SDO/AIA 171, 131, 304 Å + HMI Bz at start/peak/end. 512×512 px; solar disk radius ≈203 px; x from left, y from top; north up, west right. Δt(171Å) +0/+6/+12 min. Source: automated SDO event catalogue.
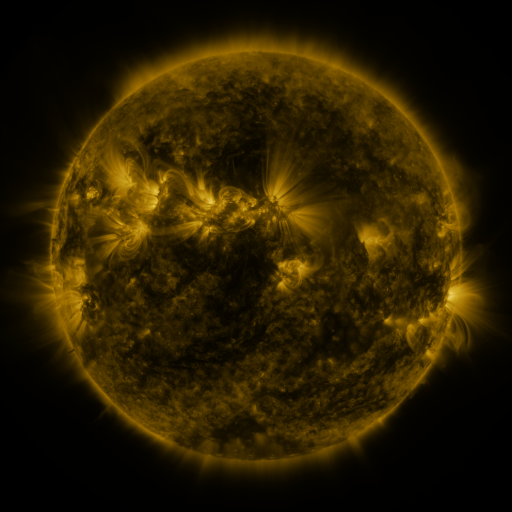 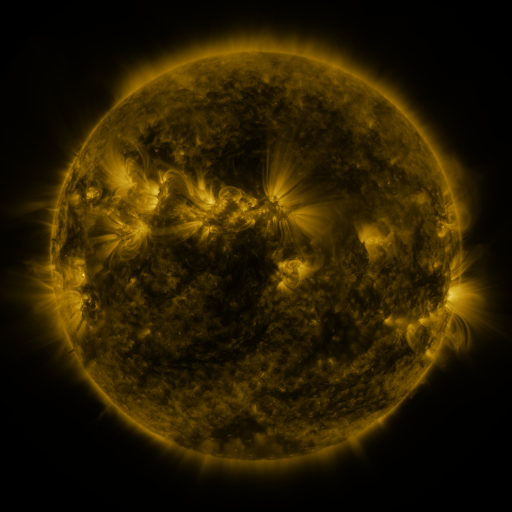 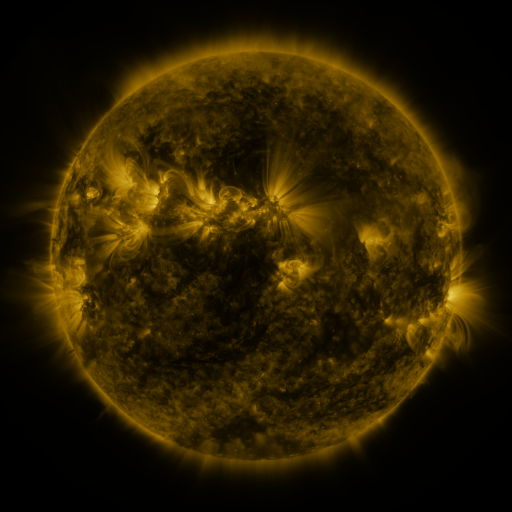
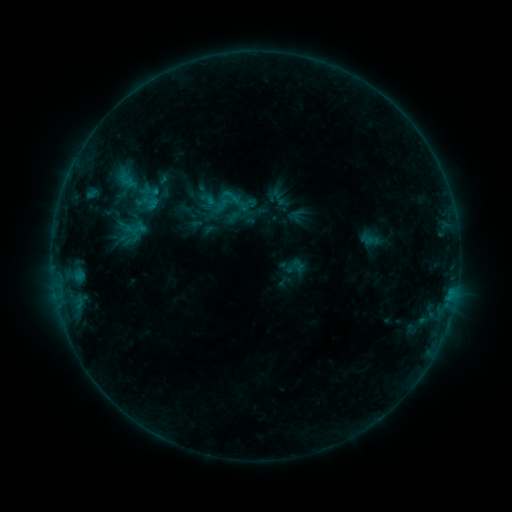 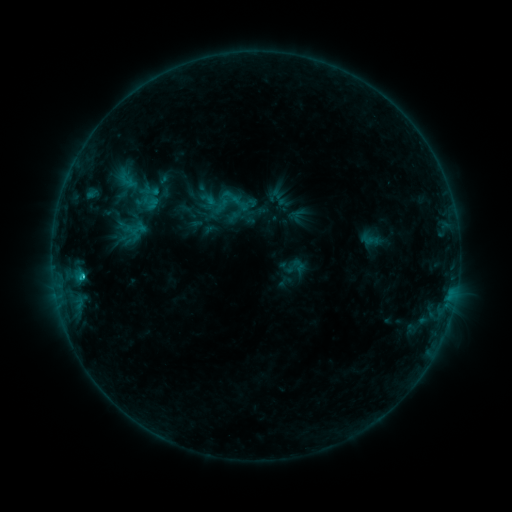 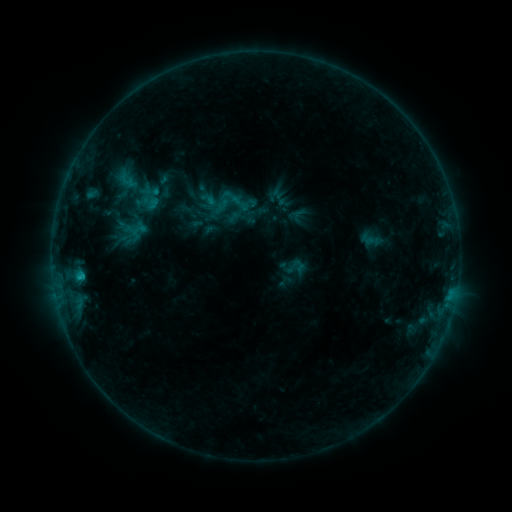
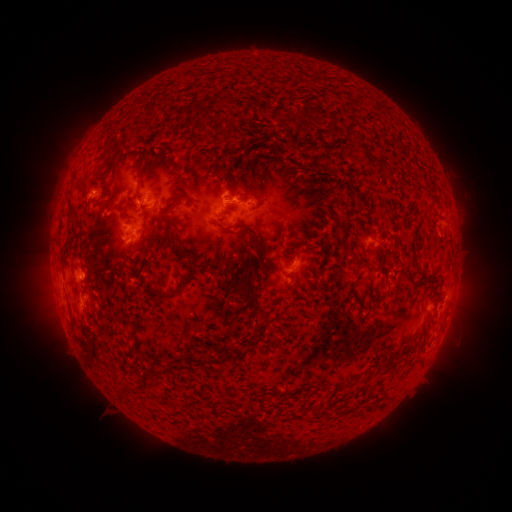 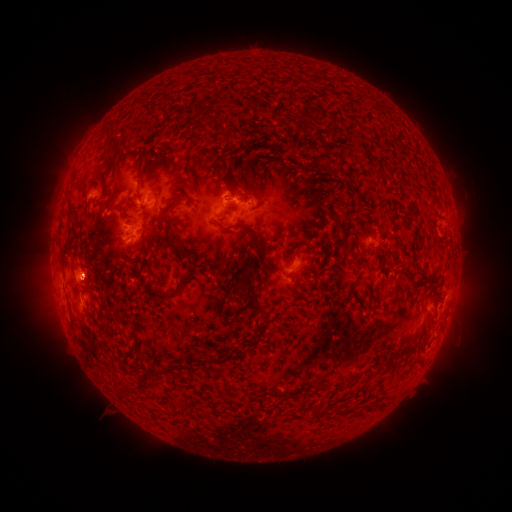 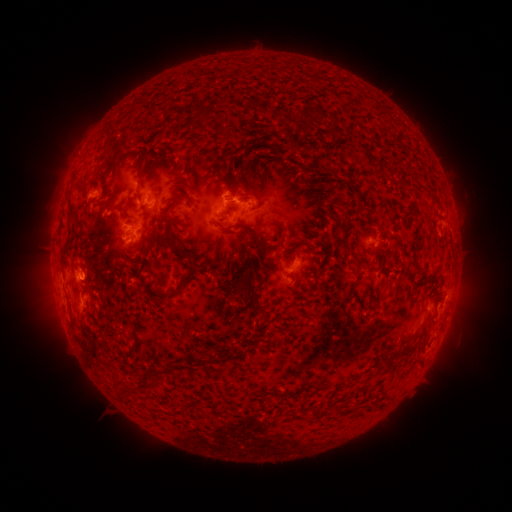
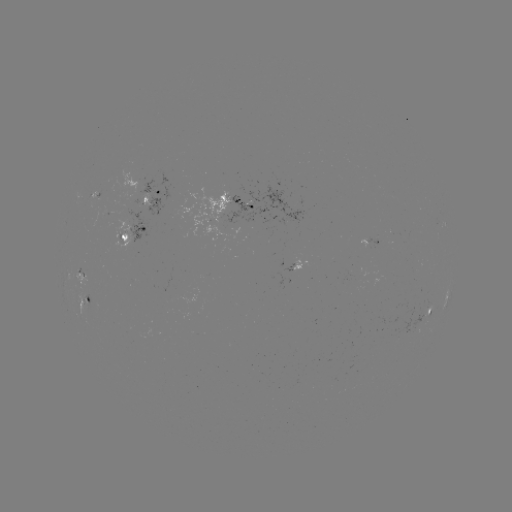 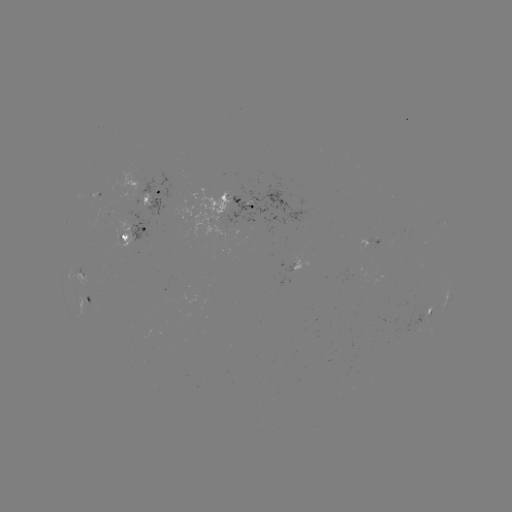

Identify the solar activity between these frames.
B8.9 flare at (83, 273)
